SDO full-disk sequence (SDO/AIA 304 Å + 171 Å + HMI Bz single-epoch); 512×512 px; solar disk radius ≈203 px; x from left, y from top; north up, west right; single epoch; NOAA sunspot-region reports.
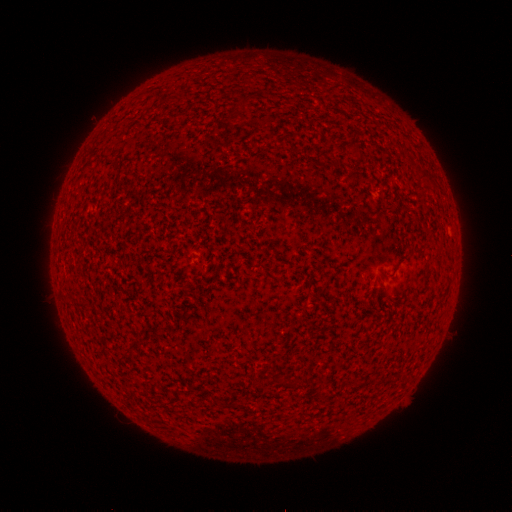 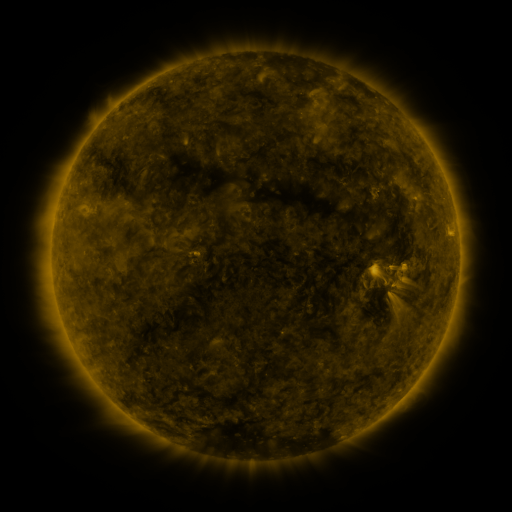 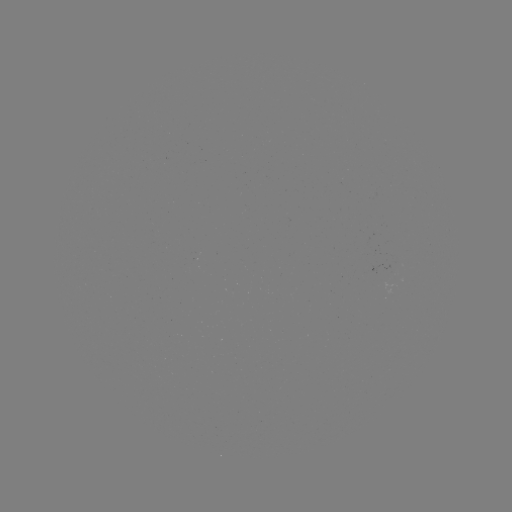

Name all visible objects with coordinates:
(none)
